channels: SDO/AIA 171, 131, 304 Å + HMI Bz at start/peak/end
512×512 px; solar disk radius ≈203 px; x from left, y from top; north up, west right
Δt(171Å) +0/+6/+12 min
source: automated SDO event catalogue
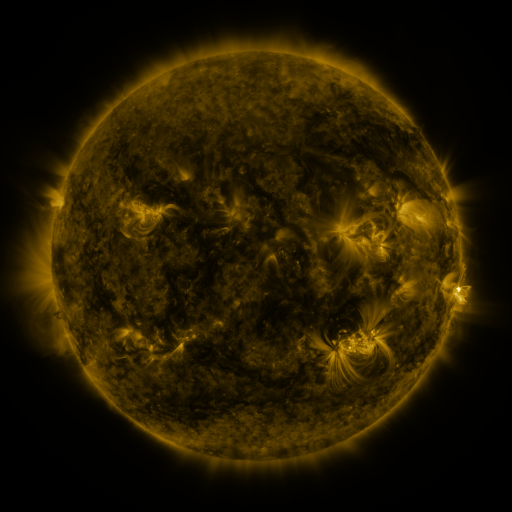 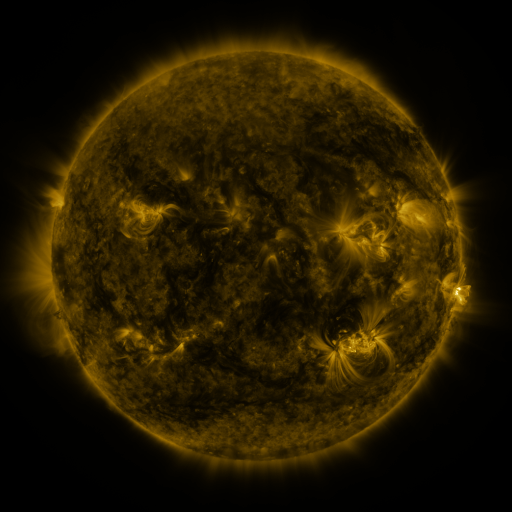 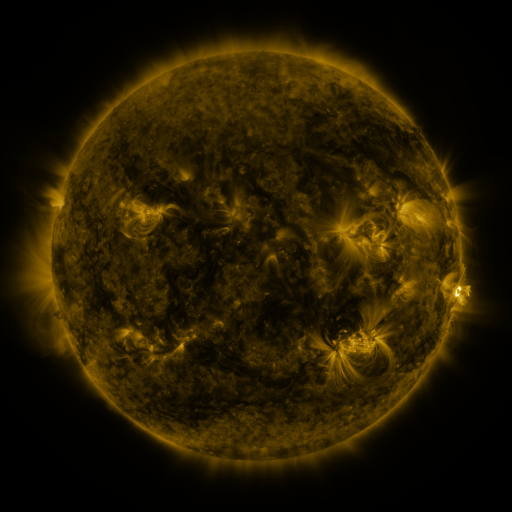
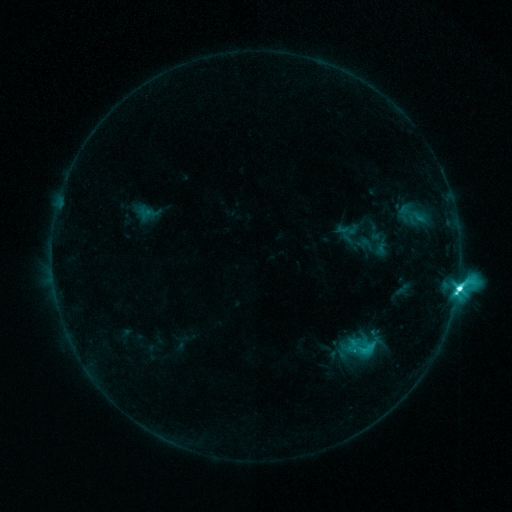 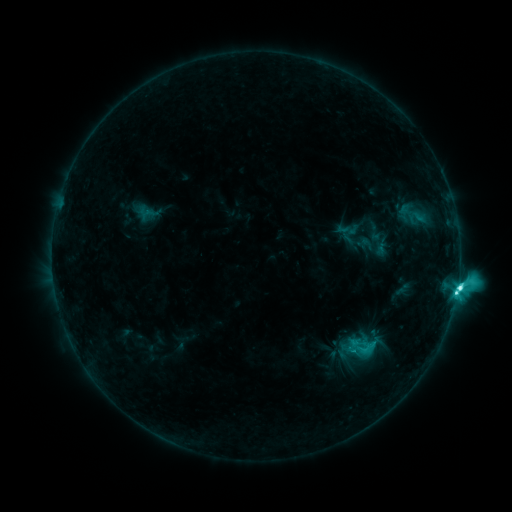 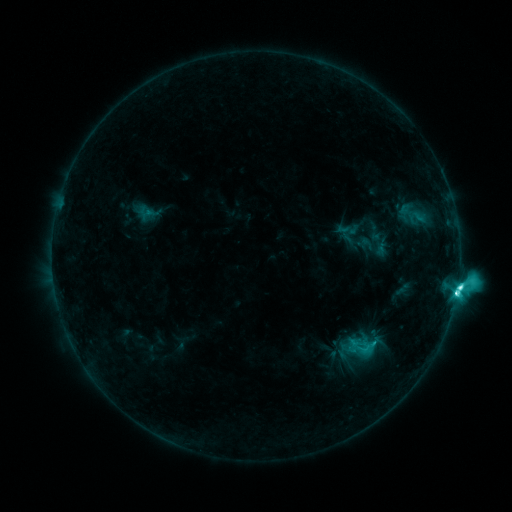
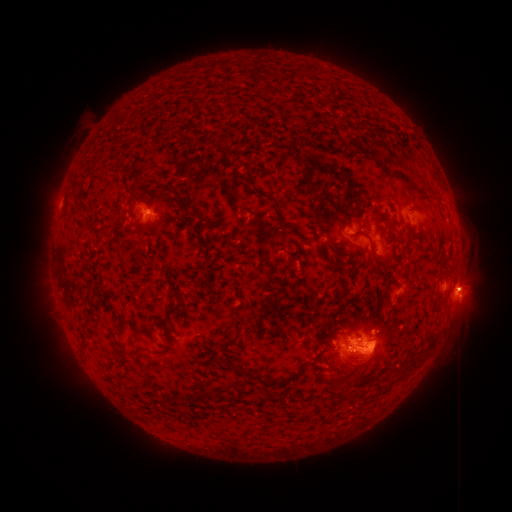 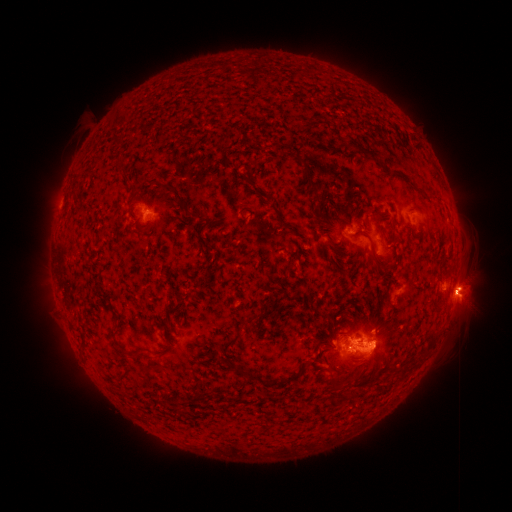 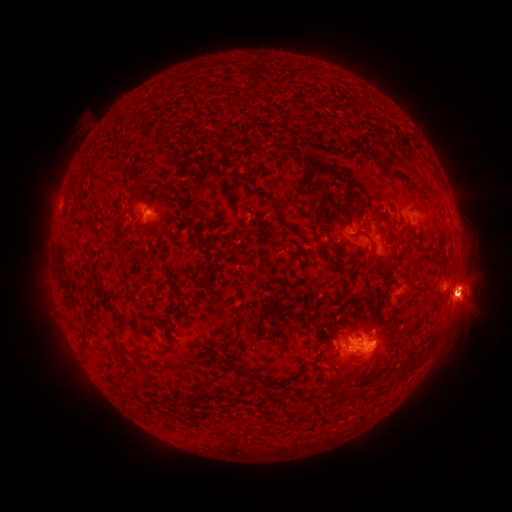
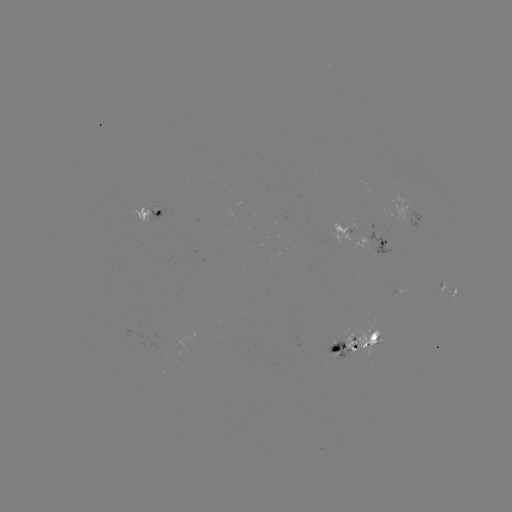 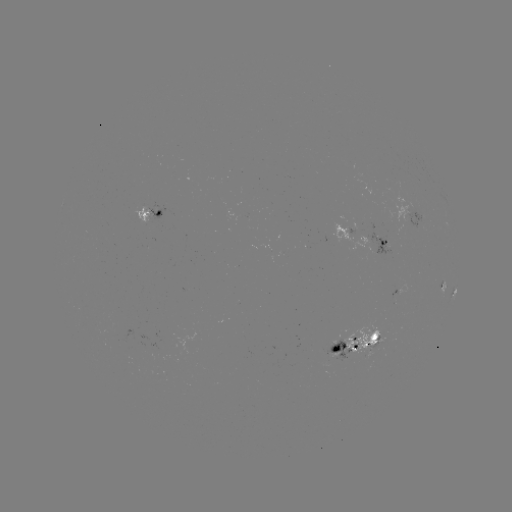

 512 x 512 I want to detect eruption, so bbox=[422, 251, 497, 334].